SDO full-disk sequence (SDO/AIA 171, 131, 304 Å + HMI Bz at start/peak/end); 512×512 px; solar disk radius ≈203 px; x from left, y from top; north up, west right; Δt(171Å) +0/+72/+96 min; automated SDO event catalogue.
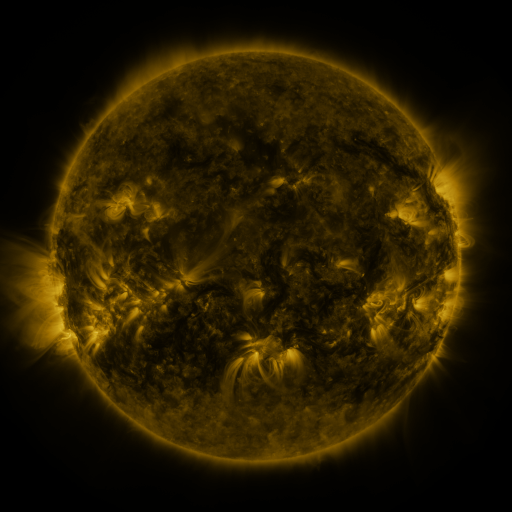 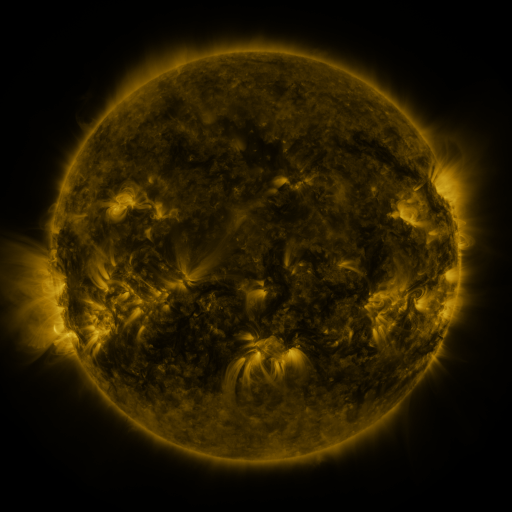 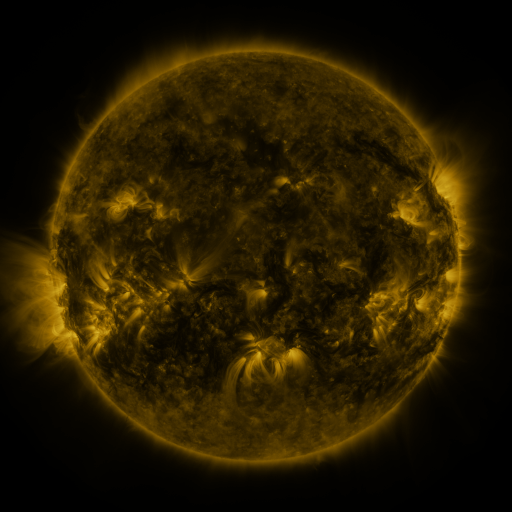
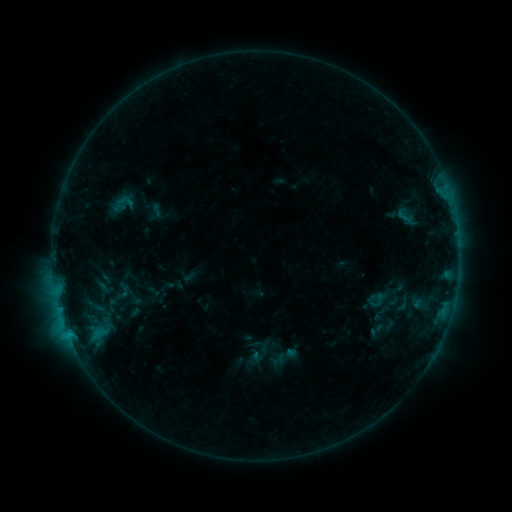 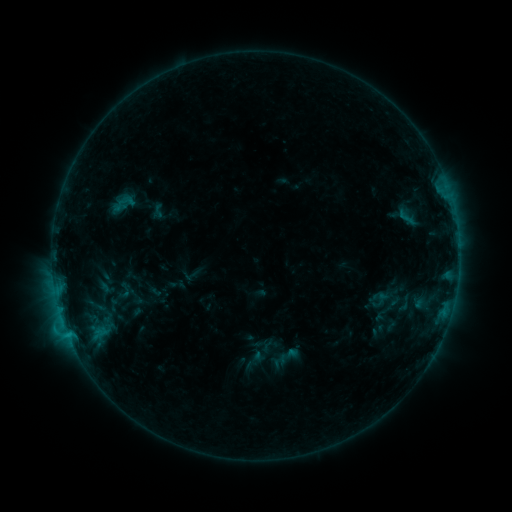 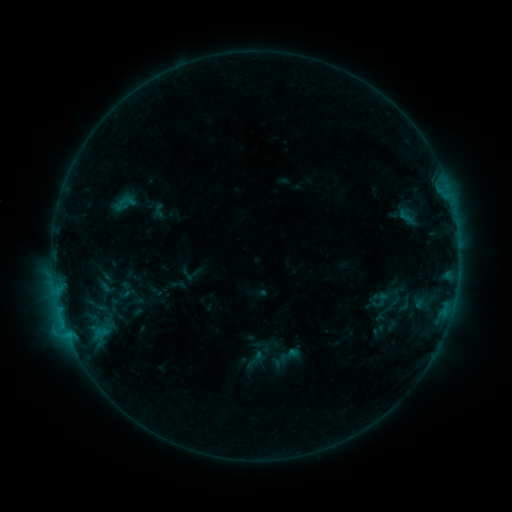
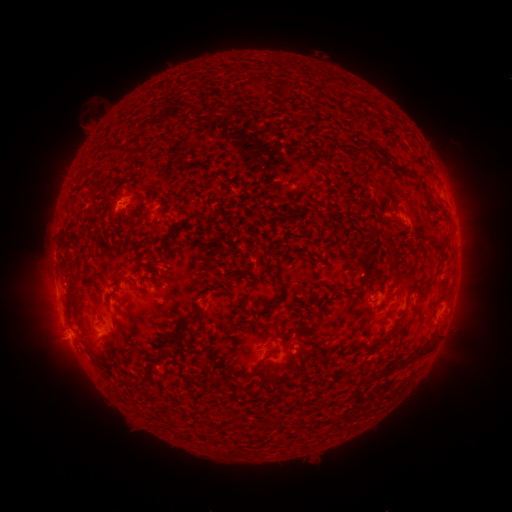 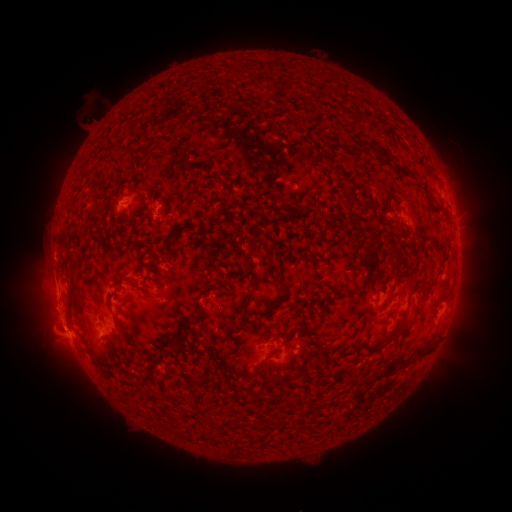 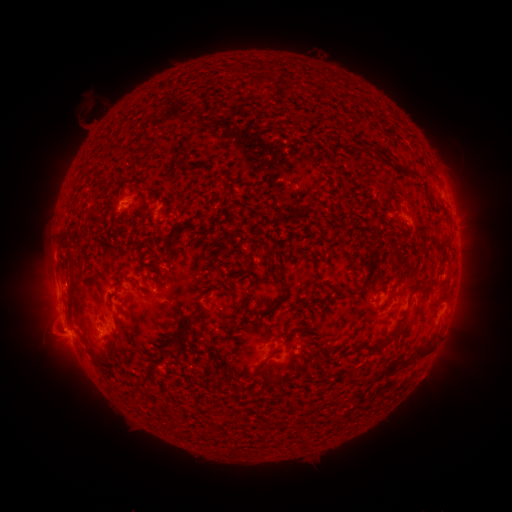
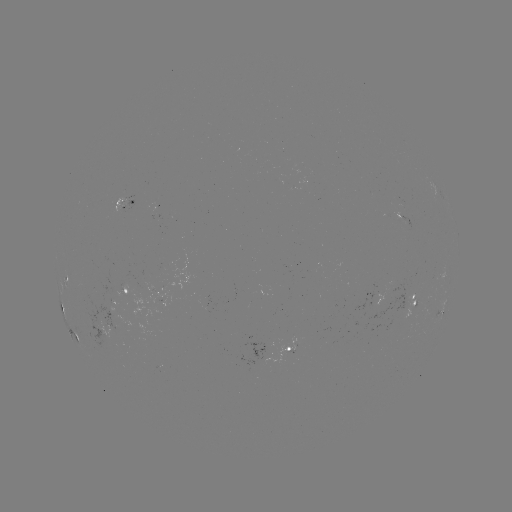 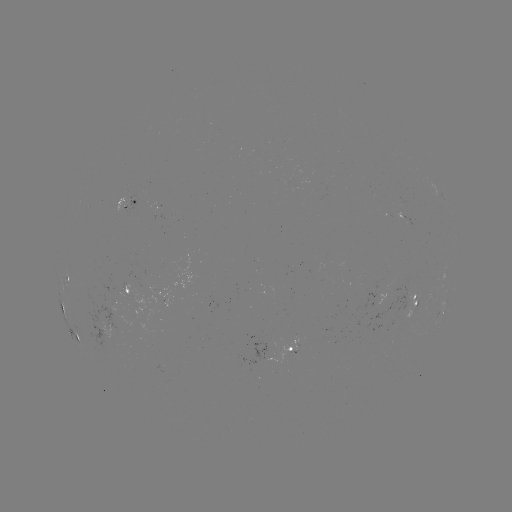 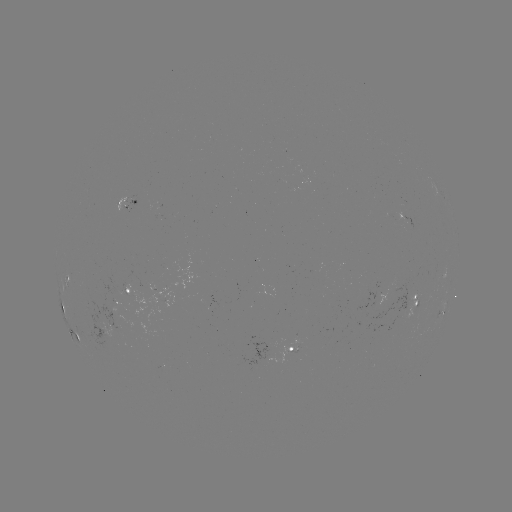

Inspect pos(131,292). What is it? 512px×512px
emerging-flux region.